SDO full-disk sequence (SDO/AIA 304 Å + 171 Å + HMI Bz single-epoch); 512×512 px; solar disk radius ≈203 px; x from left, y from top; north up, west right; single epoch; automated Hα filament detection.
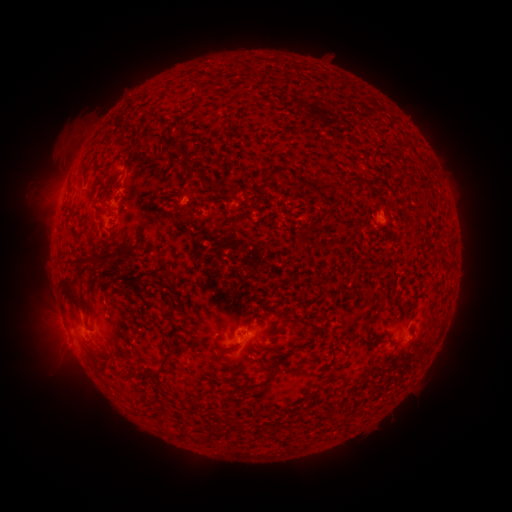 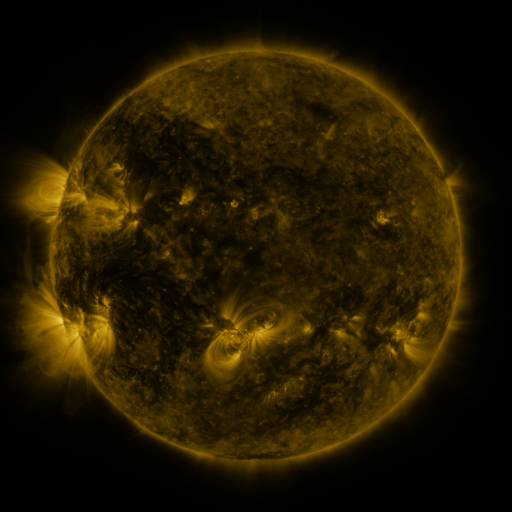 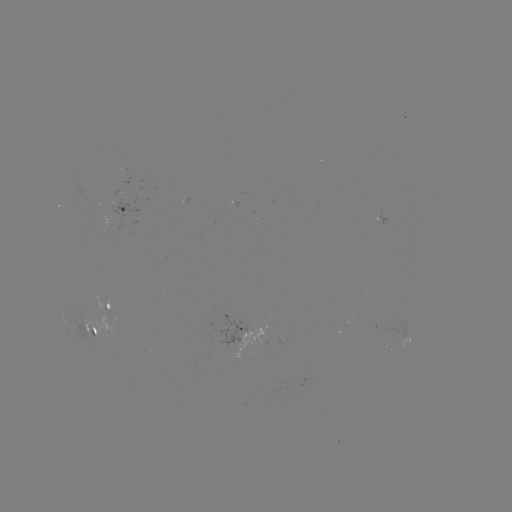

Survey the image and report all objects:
filament: (115, 124, 130, 134)
filament: (144, 134, 158, 145)
filament: (165, 143, 176, 152)
filament: (81, 164, 90, 184)
filament: (180, 165, 199, 176)
filament: (333, 173, 374, 191)
filament: (303, 178, 312, 190)
filament: (229, 186, 239, 198)
filament: (71, 241, 132, 273)
filament: (295, 241, 314, 262)
filament: (59, 280, 88, 315)
filament: (150, 300, 159, 309)
filament: (366, 306, 382, 323)
filament: (376, 332, 388, 339)
filament: (111, 347, 124, 365)
filament: (129, 350, 174, 380)
filament: (243, 364, 279, 390)
